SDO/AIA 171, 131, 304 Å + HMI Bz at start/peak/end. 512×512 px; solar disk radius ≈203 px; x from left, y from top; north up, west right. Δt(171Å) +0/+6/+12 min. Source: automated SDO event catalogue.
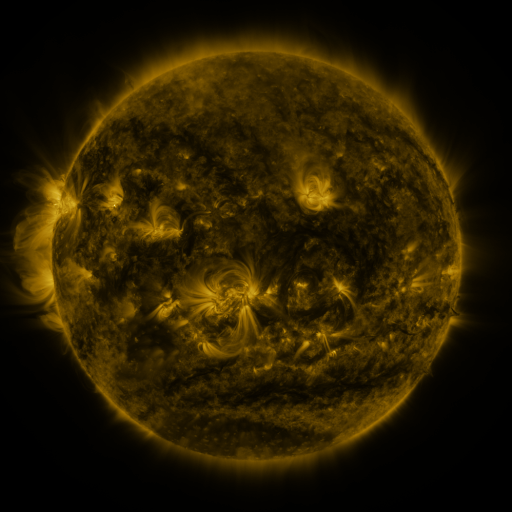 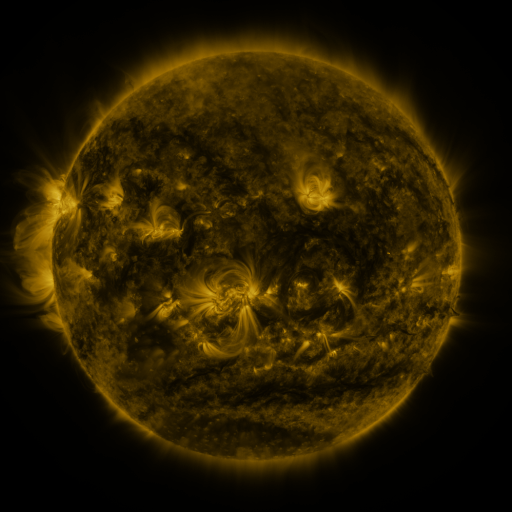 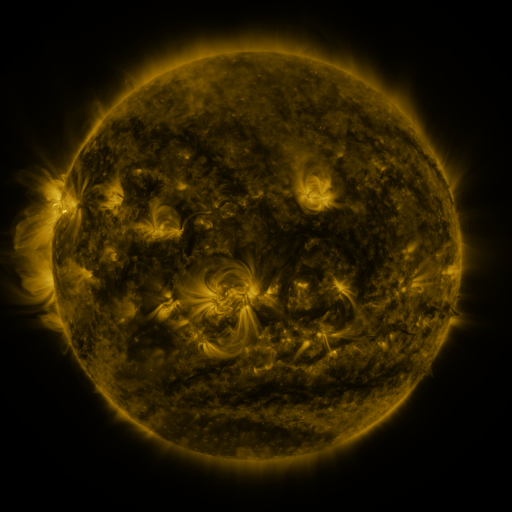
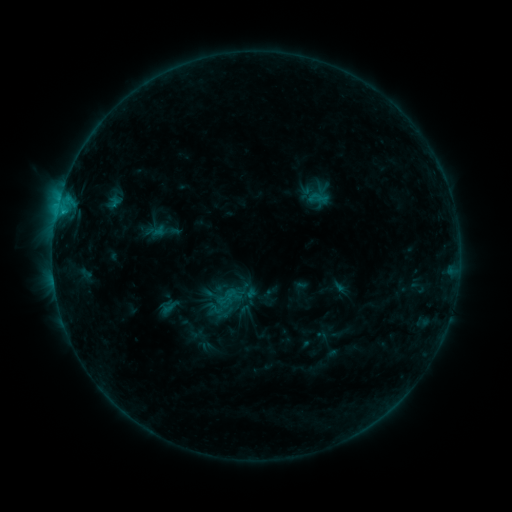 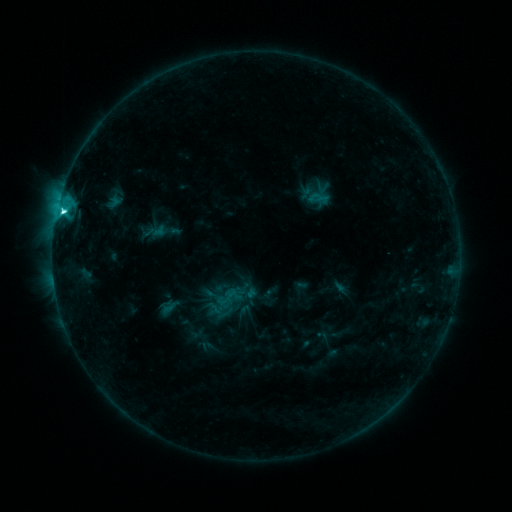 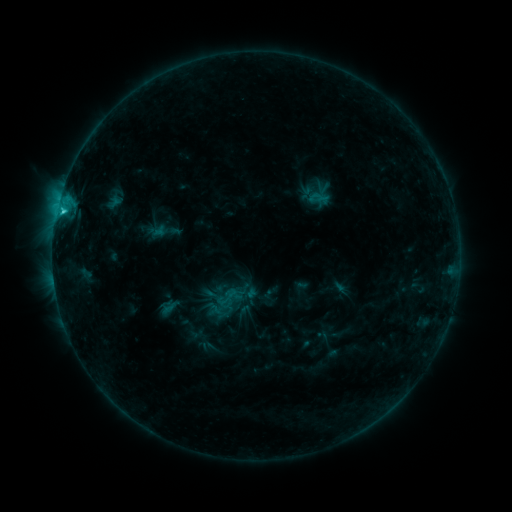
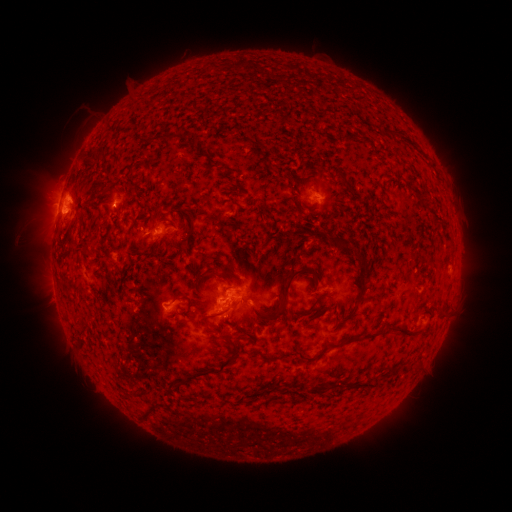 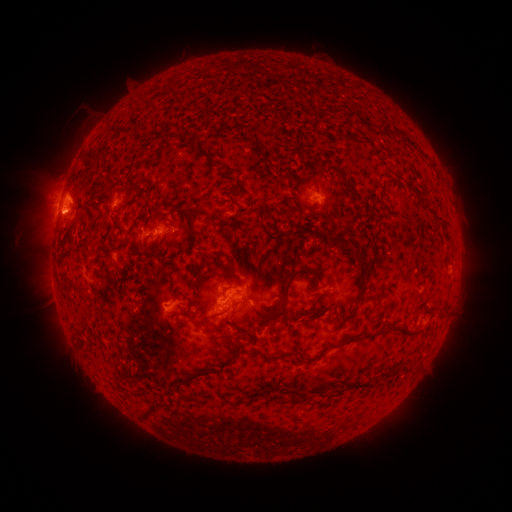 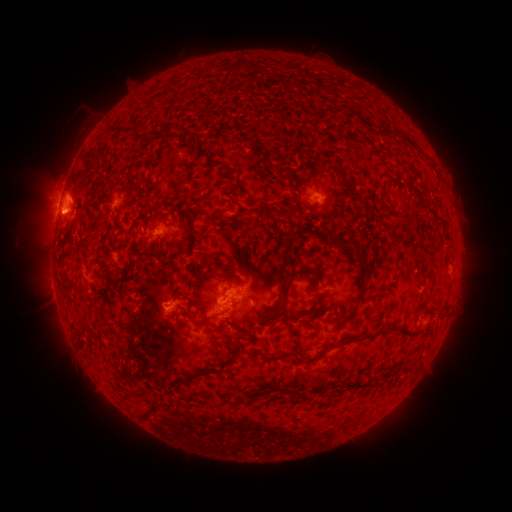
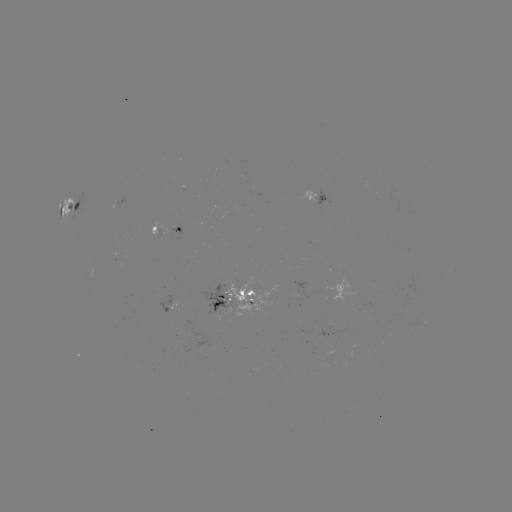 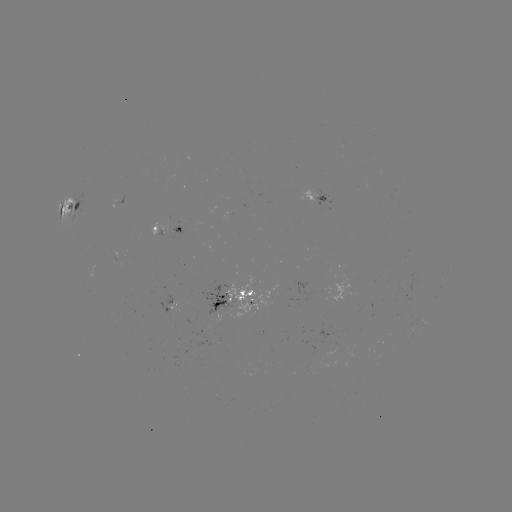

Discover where C3.4 flare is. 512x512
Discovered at (64, 213).